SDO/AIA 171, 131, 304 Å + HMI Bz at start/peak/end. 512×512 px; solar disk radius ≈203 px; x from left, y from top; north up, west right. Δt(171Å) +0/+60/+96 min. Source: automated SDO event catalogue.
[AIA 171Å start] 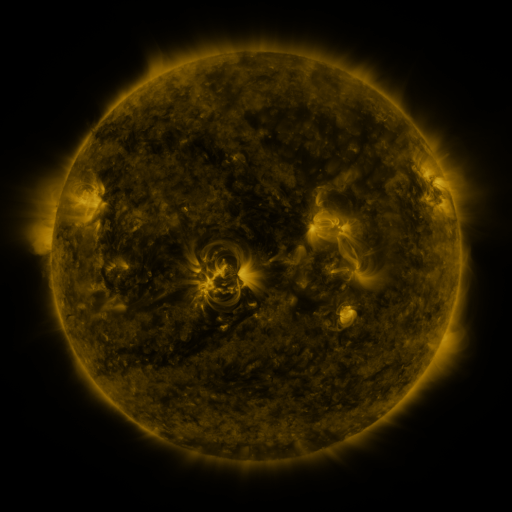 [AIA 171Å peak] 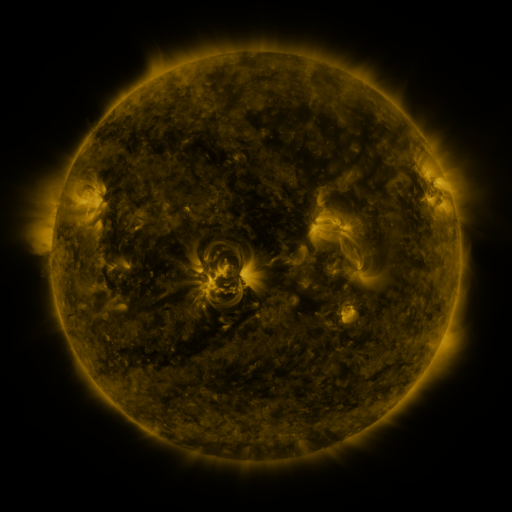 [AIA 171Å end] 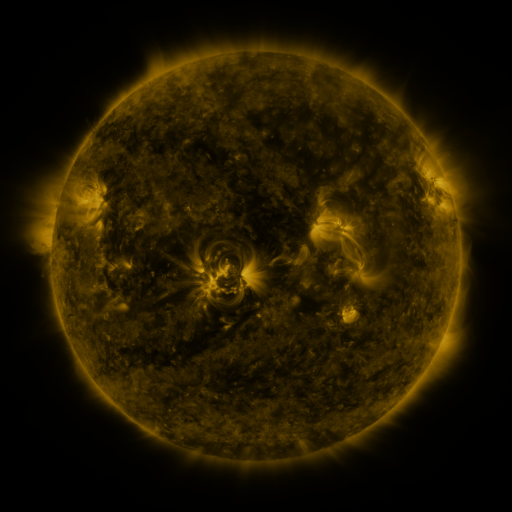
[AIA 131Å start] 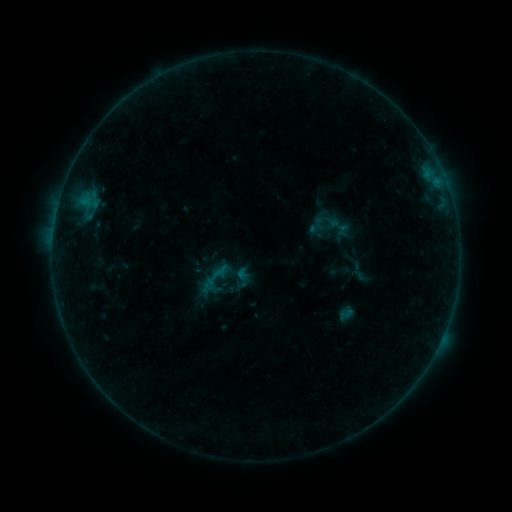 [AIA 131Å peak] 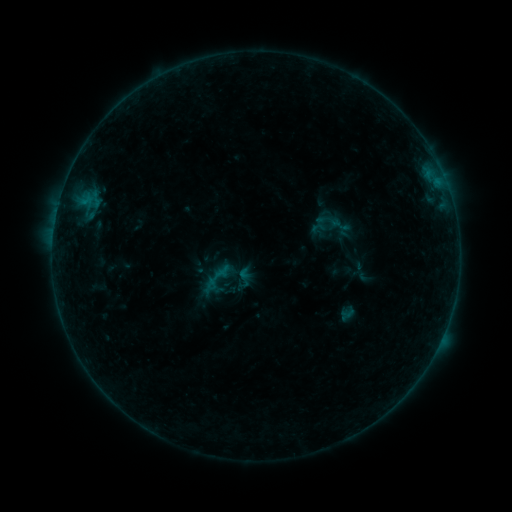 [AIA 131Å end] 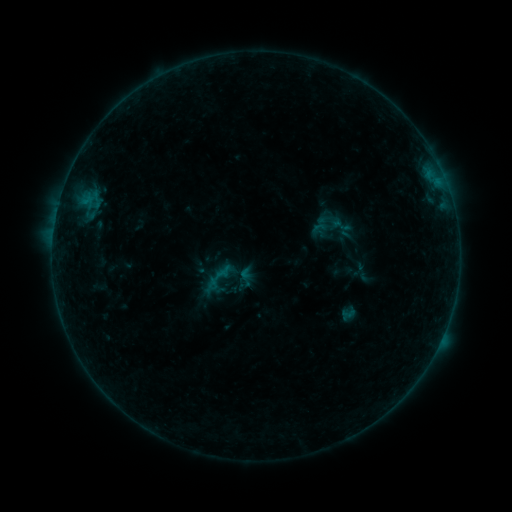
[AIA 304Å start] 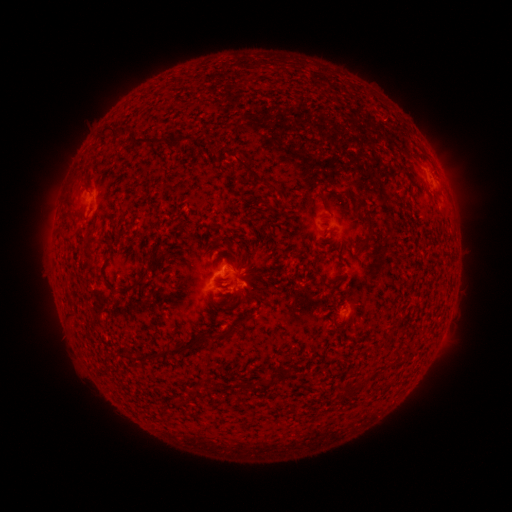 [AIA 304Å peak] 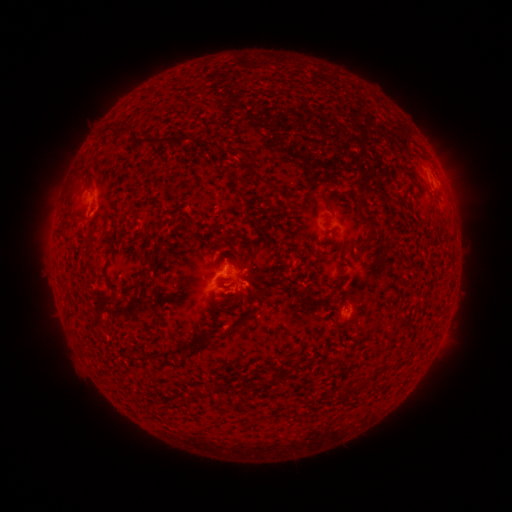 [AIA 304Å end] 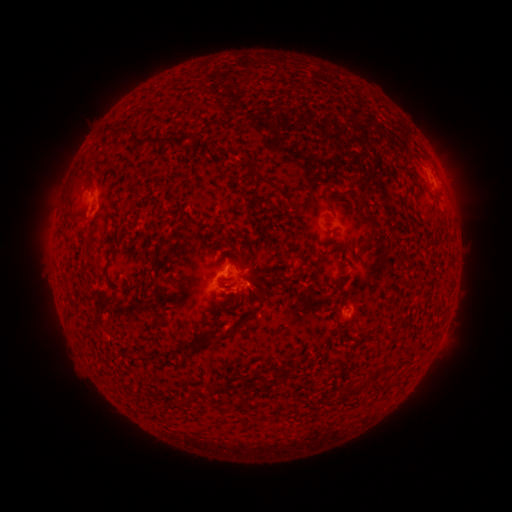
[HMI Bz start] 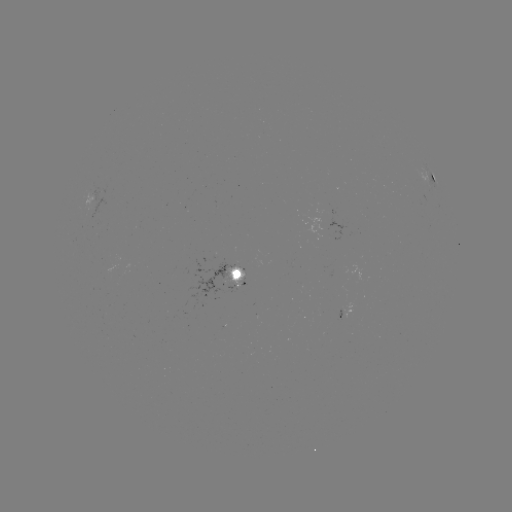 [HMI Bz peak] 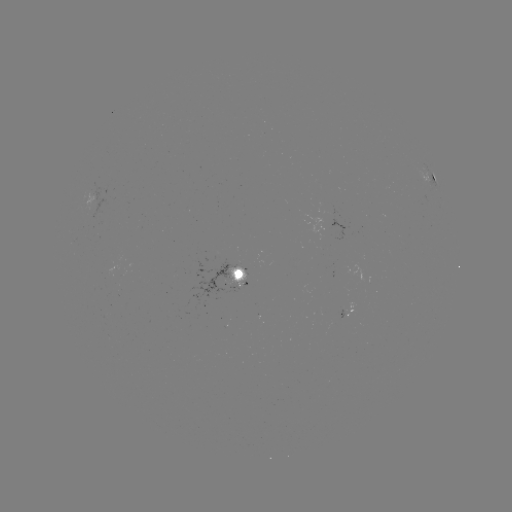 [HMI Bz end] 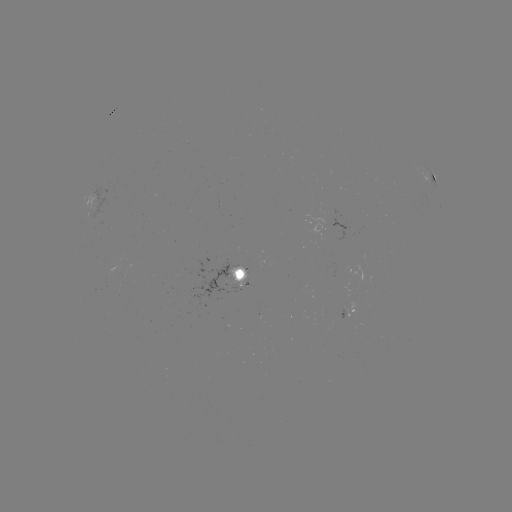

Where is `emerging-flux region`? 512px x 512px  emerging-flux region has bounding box [86, 183, 108, 219].